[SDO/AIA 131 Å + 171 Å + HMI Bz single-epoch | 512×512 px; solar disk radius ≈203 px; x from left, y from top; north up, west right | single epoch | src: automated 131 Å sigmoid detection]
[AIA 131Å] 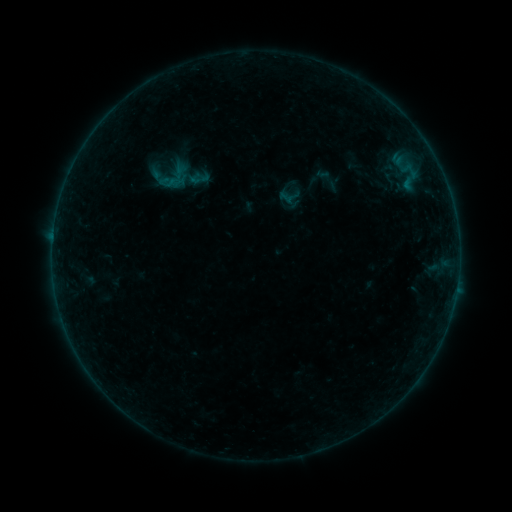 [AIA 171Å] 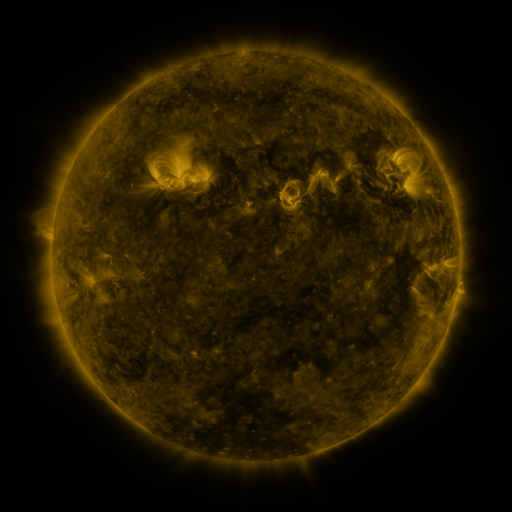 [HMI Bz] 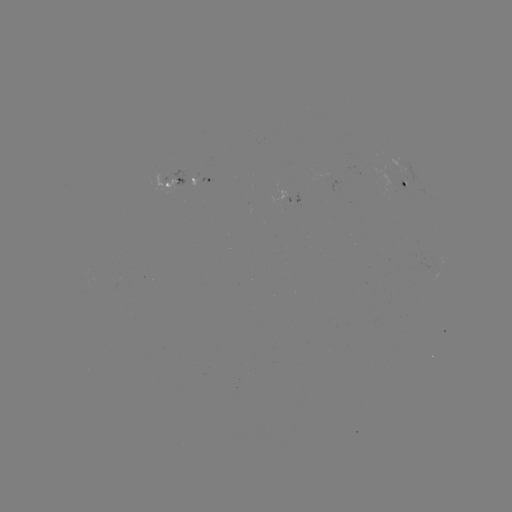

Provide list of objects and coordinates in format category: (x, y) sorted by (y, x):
sigmoid: (328, 179)
